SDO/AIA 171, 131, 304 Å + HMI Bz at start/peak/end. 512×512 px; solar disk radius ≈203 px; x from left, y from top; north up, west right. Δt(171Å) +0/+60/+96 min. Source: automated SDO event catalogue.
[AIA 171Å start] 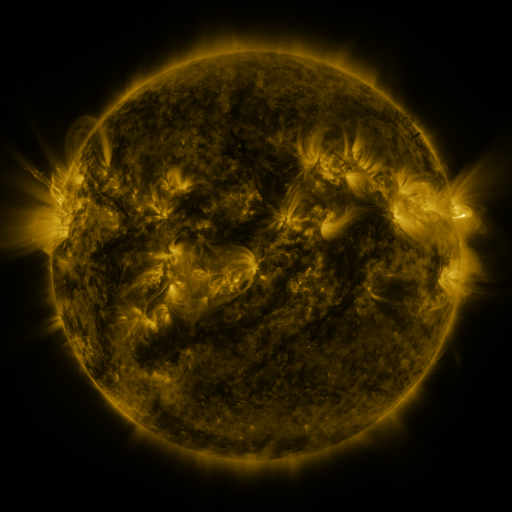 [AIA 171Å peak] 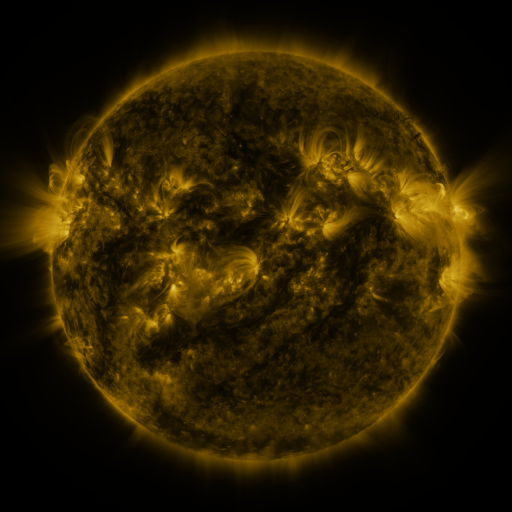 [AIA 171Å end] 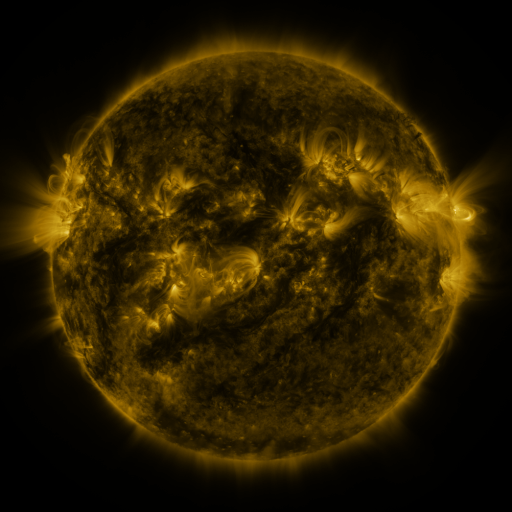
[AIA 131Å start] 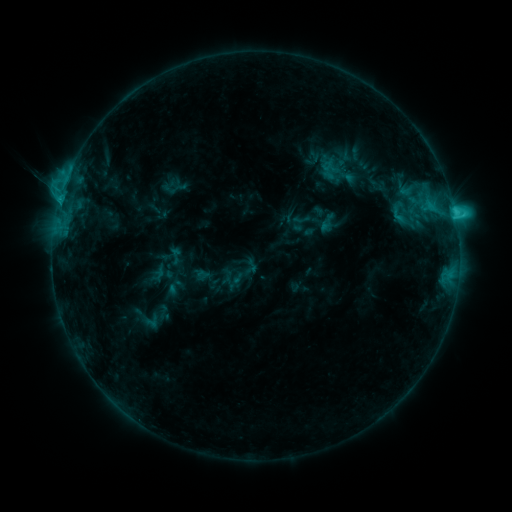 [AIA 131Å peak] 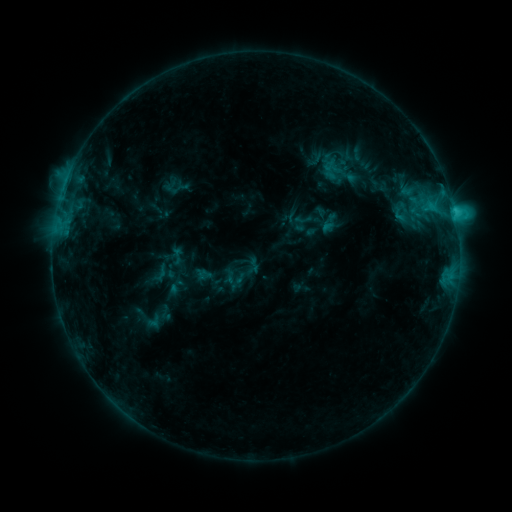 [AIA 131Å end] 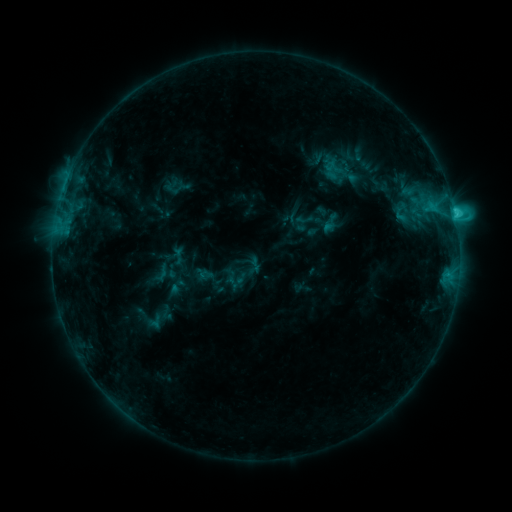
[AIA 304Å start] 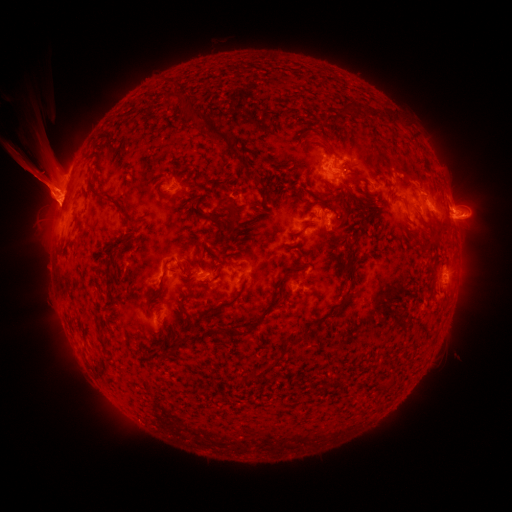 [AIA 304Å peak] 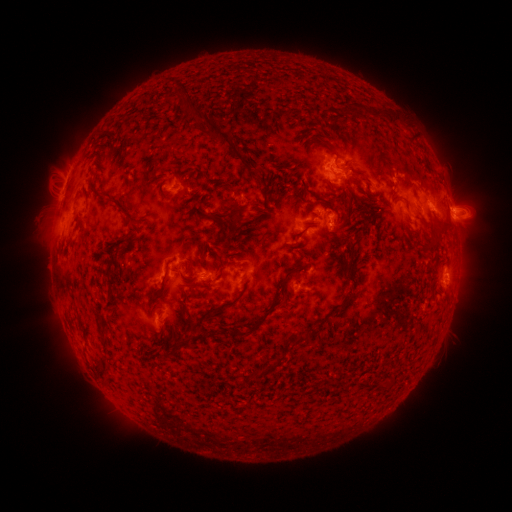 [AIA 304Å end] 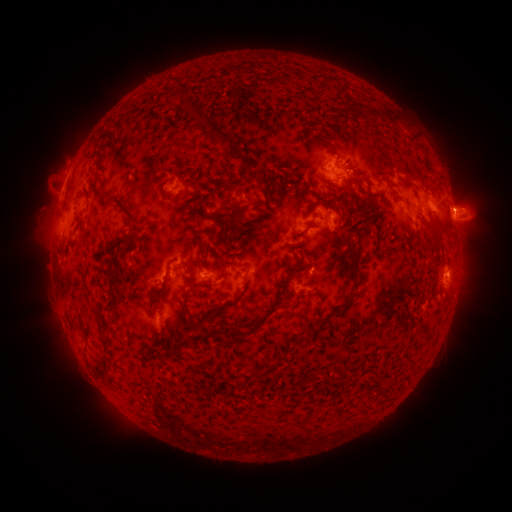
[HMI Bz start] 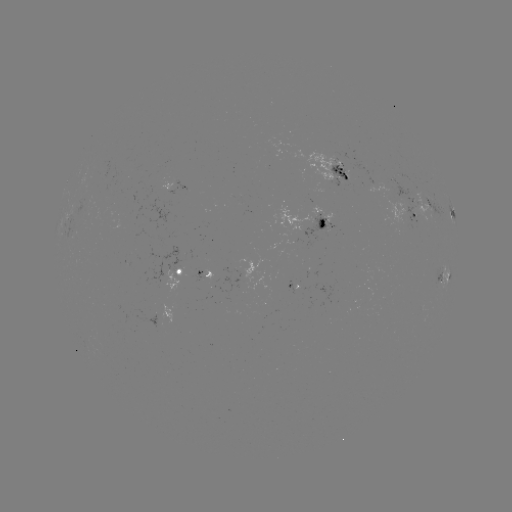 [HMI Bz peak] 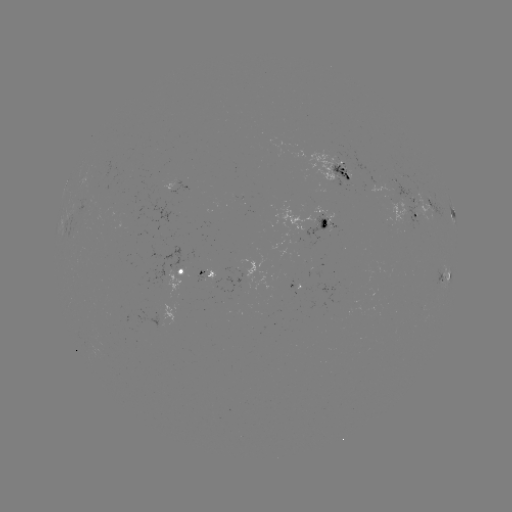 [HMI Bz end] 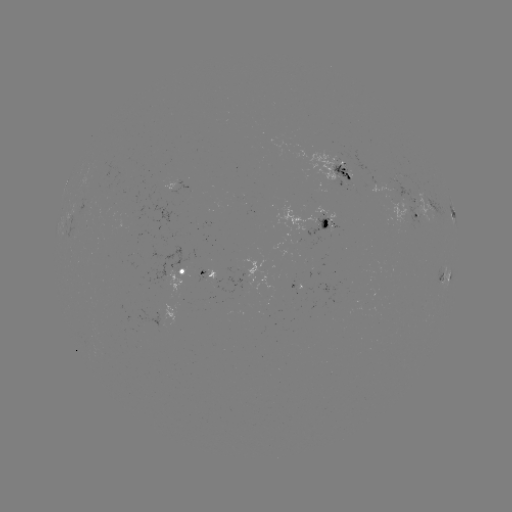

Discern emerging-flux region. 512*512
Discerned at [166, 283].